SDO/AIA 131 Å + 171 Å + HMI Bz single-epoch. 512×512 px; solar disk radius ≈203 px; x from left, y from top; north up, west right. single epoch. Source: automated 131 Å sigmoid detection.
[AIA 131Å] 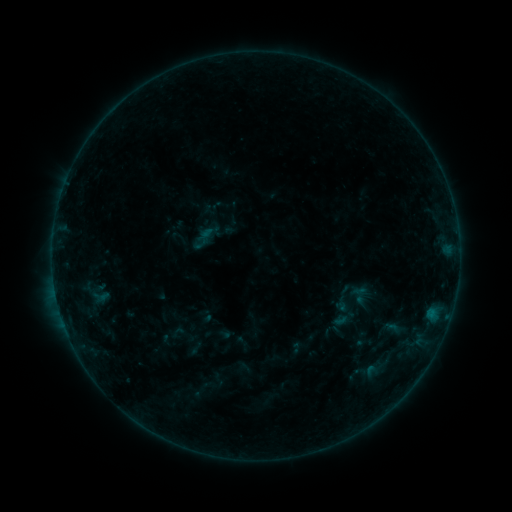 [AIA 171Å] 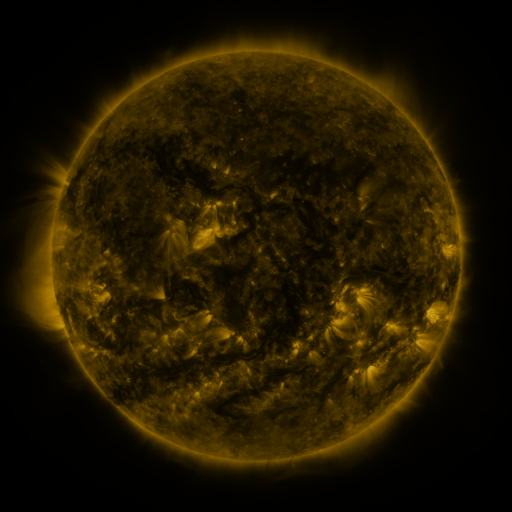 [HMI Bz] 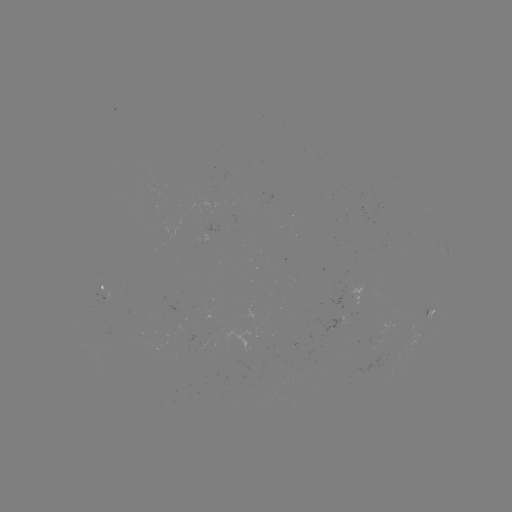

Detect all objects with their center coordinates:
sigmoid: [348, 284, 371, 306]
